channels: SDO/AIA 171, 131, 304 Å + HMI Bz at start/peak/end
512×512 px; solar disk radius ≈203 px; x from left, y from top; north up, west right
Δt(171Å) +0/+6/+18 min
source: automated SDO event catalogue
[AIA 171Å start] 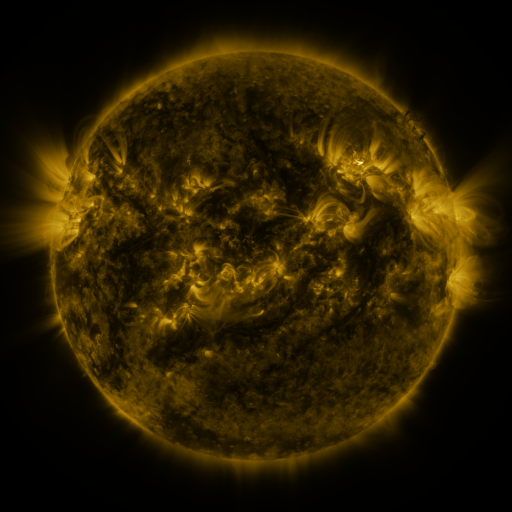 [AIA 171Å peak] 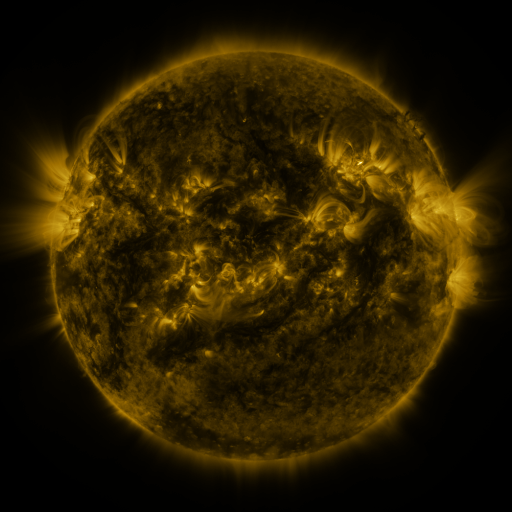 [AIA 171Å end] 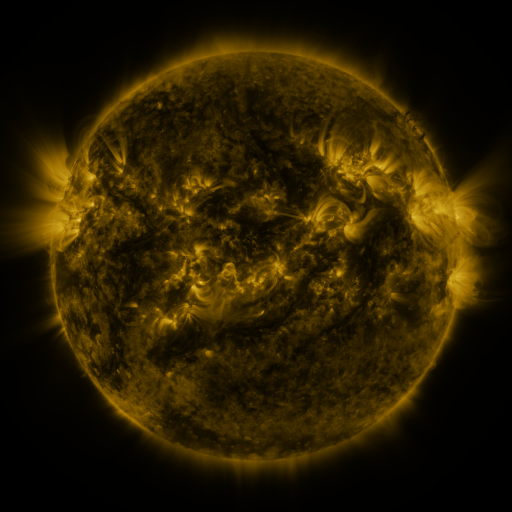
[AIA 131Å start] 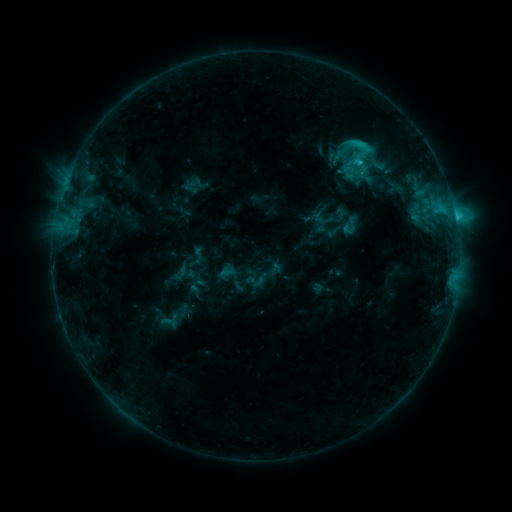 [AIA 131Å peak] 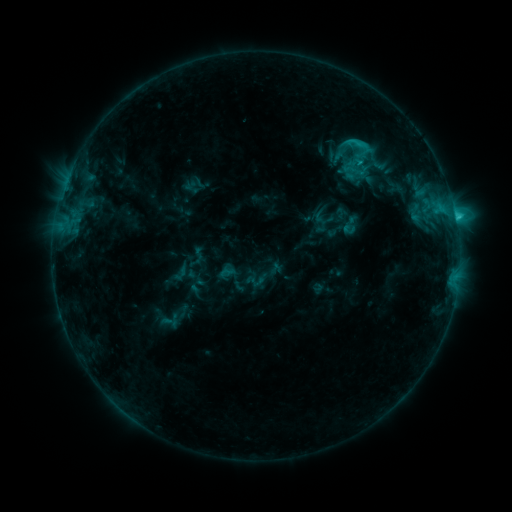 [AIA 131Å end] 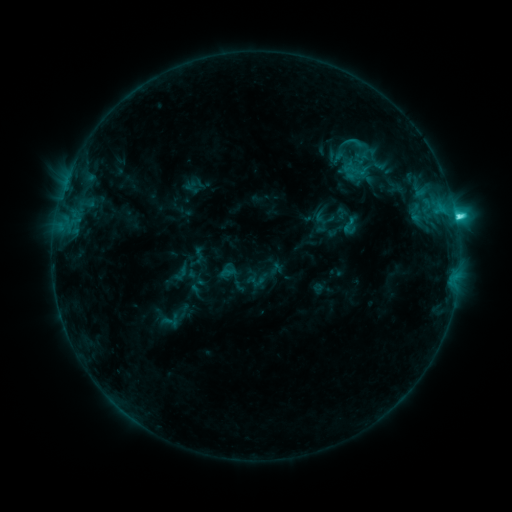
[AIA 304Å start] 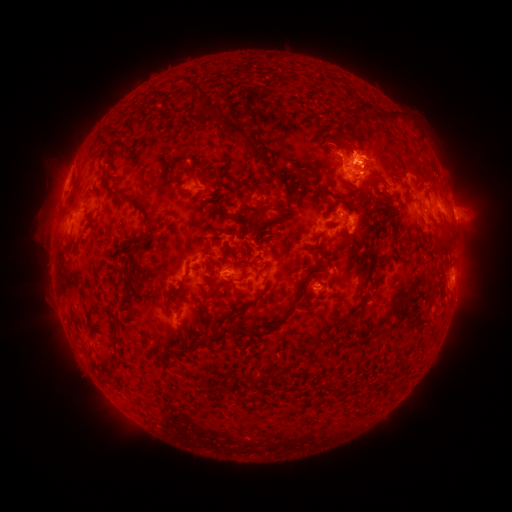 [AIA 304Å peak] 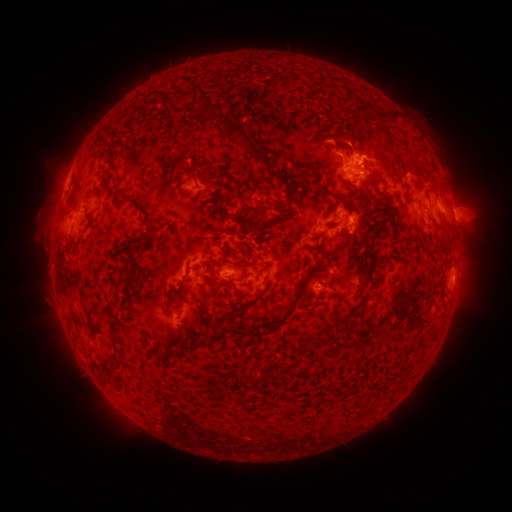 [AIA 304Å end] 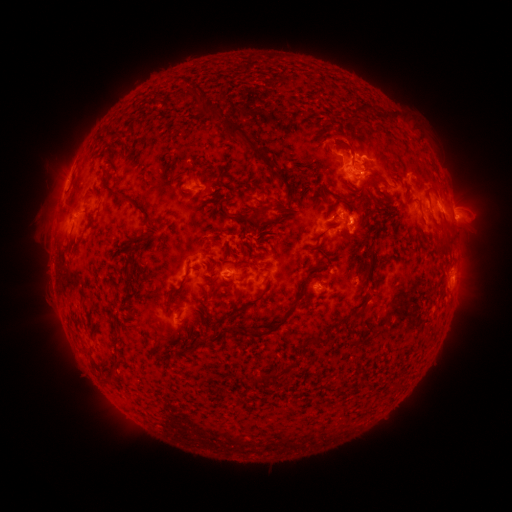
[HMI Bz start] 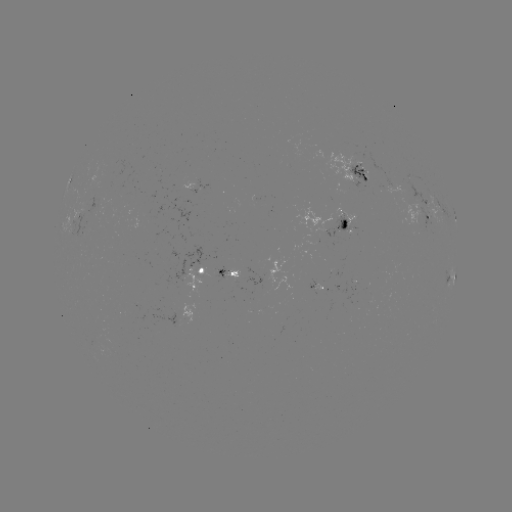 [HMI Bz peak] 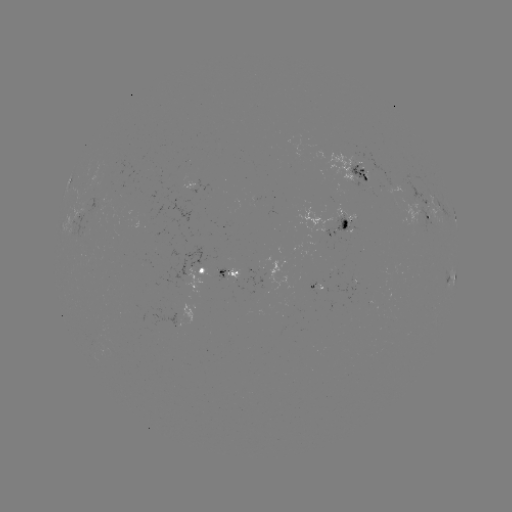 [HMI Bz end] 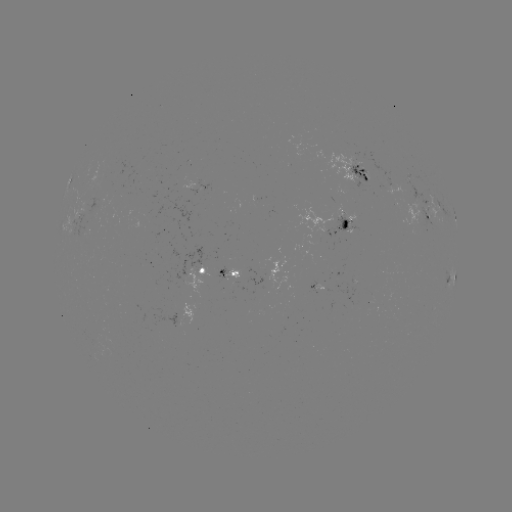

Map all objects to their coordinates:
eruption: (340, 134)
